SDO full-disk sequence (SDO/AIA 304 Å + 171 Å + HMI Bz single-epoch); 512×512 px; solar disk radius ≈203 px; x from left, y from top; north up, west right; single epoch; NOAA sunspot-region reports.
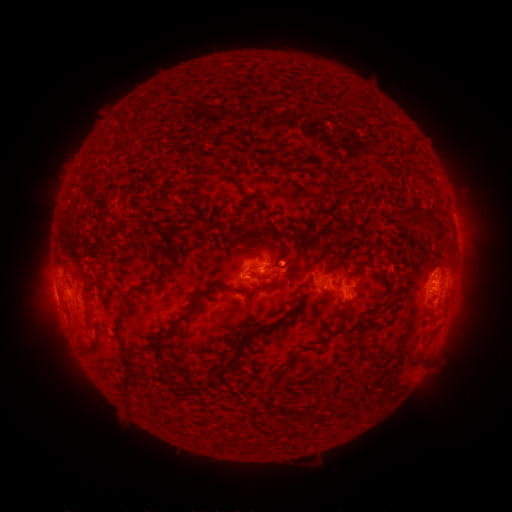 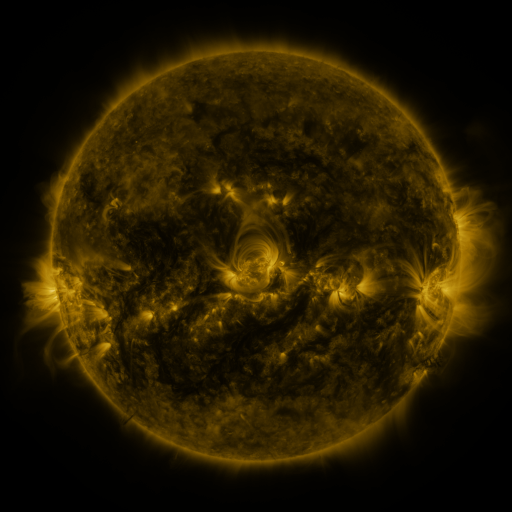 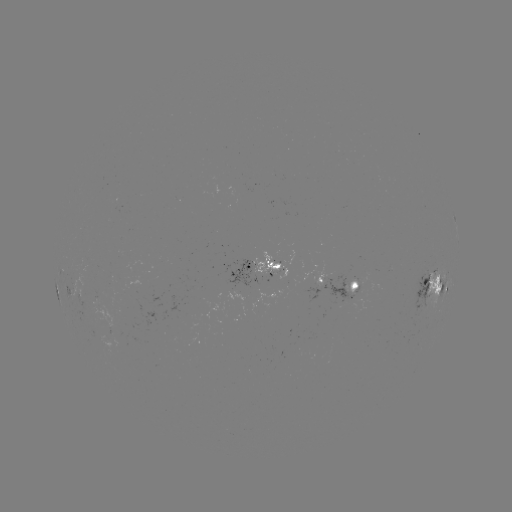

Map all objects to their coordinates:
spotted active region: (457, 233)
spotted active region: (263, 267)
spotted active region: (323, 282)
spotted active region: (351, 287)
spotted active region: (437, 288)
